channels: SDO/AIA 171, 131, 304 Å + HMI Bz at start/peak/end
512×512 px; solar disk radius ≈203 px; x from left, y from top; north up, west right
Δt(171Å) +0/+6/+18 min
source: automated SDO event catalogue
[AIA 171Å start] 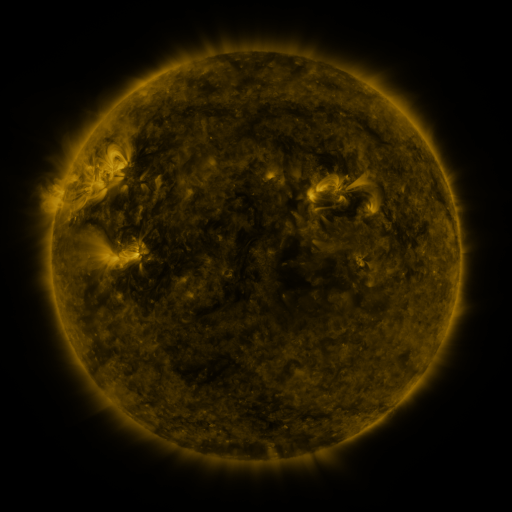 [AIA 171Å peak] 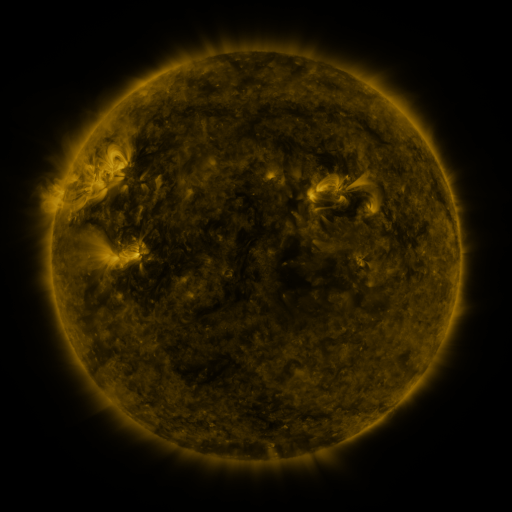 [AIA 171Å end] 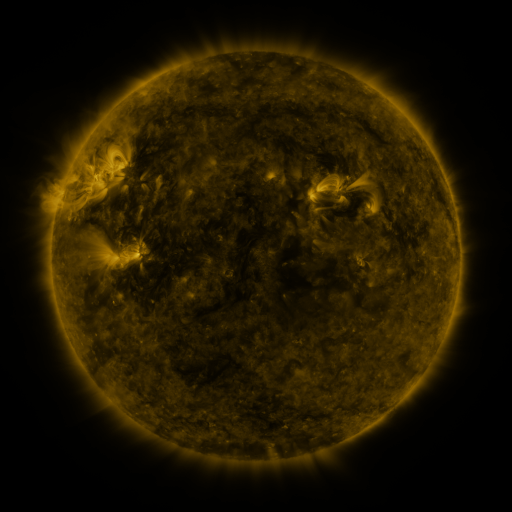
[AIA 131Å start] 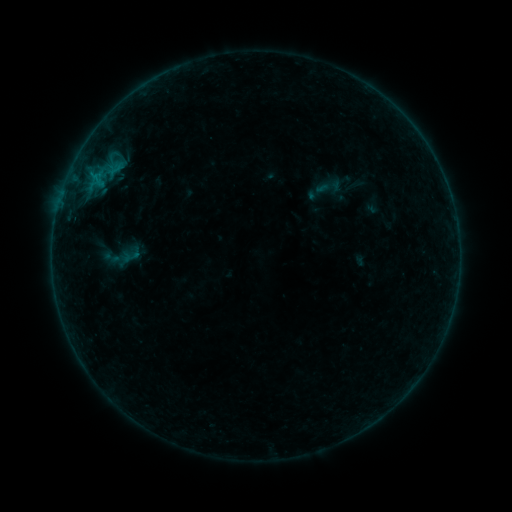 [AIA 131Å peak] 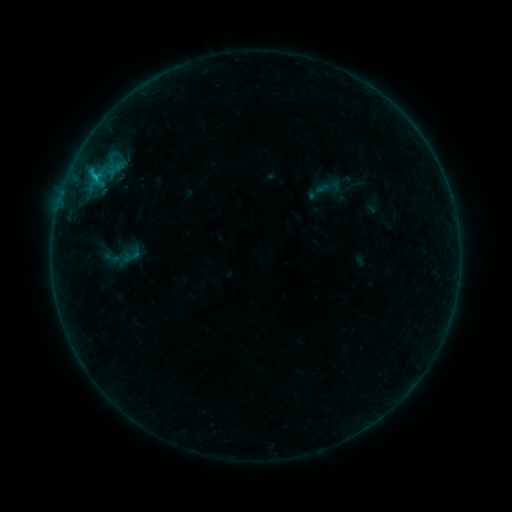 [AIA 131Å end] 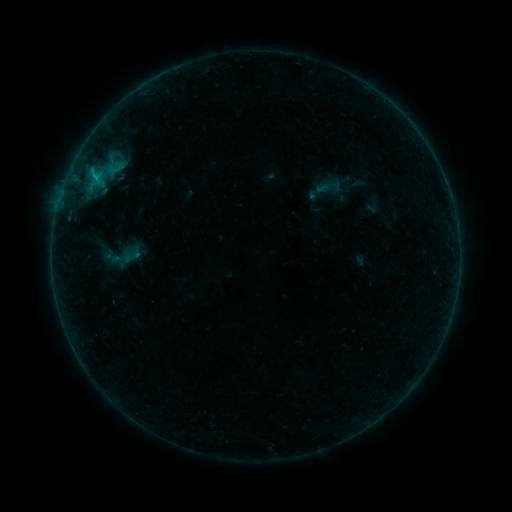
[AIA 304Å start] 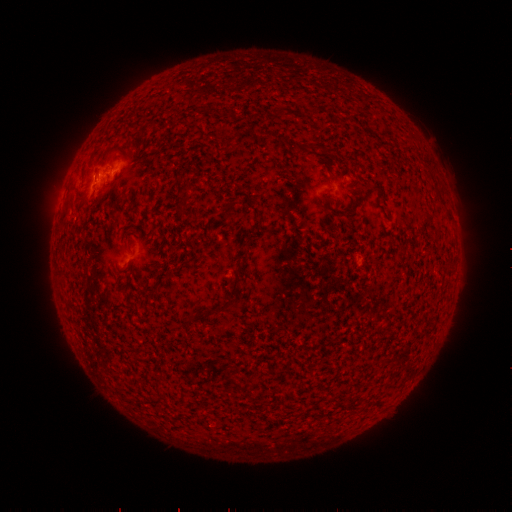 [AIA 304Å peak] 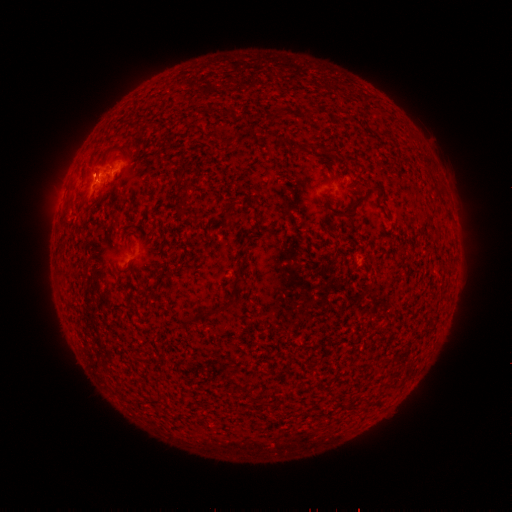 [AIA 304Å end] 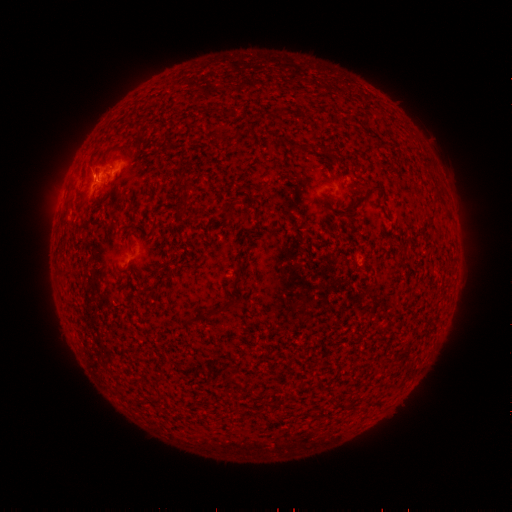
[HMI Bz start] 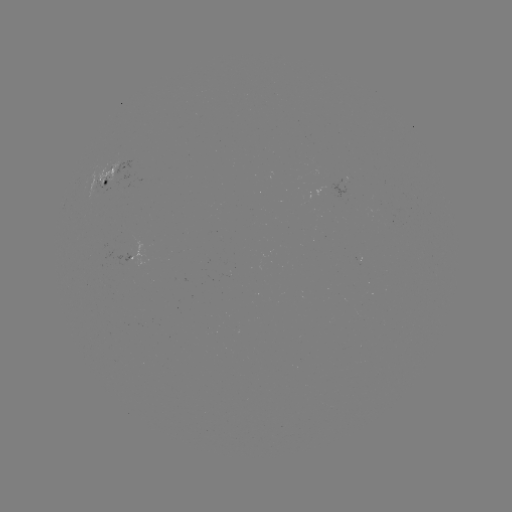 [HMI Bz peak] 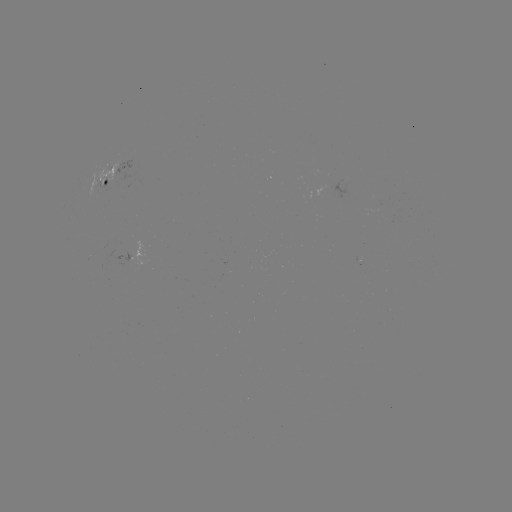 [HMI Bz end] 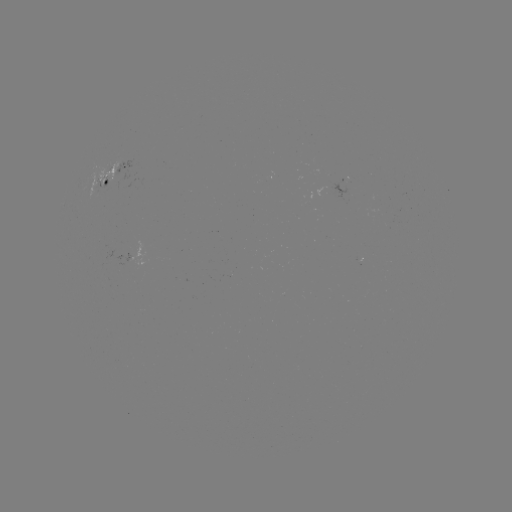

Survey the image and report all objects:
B6.8 flare: (95, 180)
